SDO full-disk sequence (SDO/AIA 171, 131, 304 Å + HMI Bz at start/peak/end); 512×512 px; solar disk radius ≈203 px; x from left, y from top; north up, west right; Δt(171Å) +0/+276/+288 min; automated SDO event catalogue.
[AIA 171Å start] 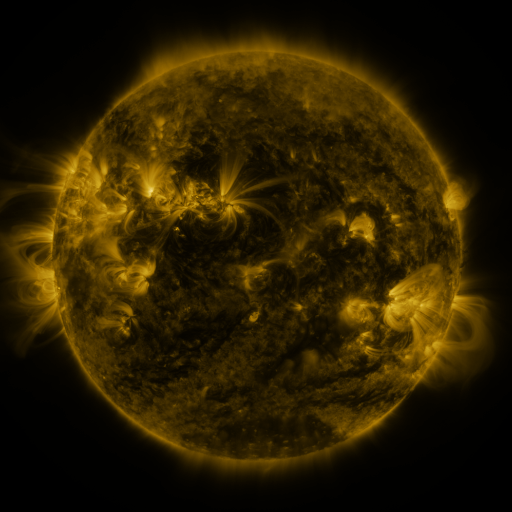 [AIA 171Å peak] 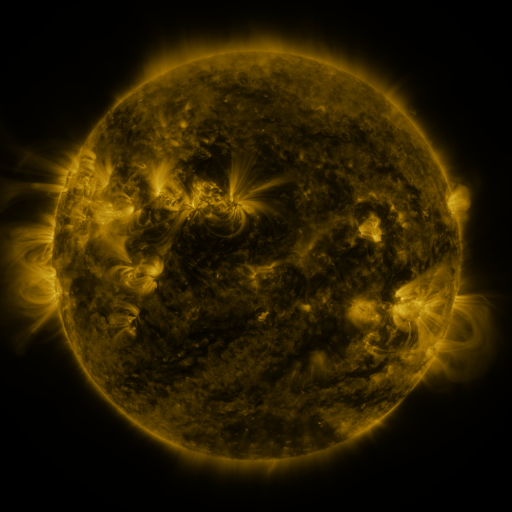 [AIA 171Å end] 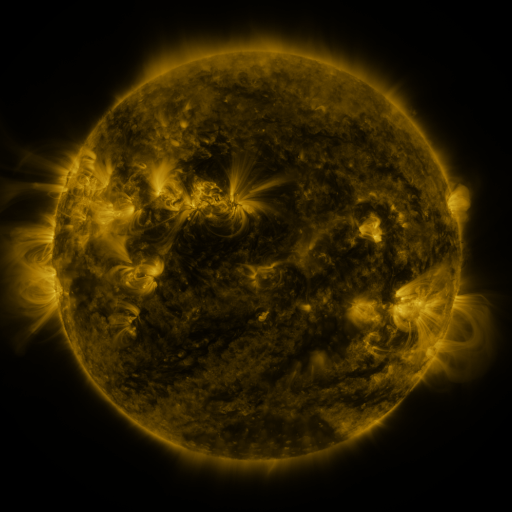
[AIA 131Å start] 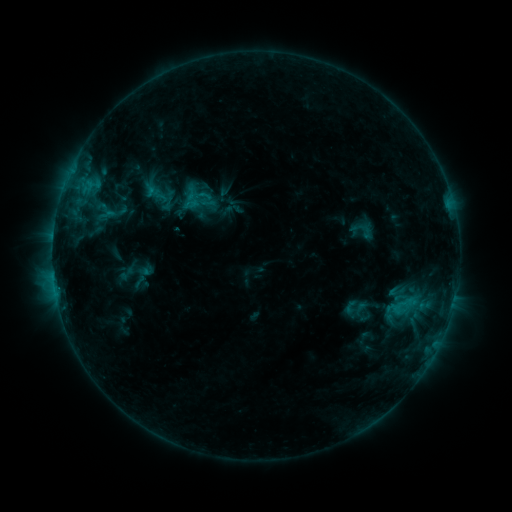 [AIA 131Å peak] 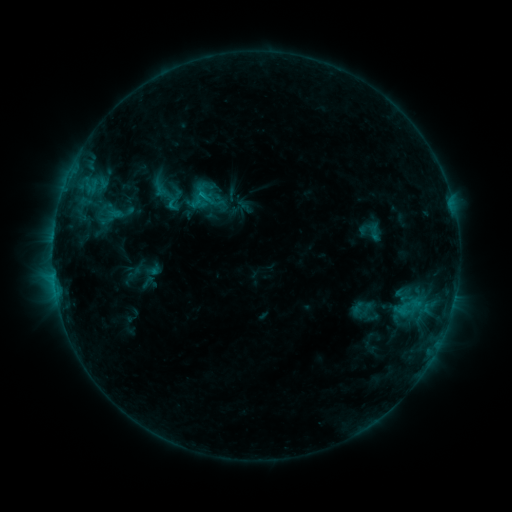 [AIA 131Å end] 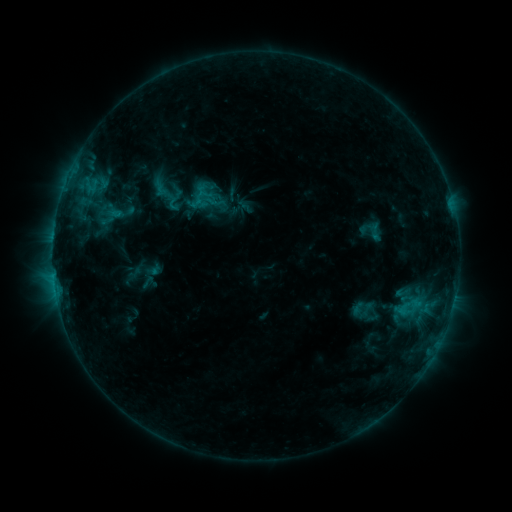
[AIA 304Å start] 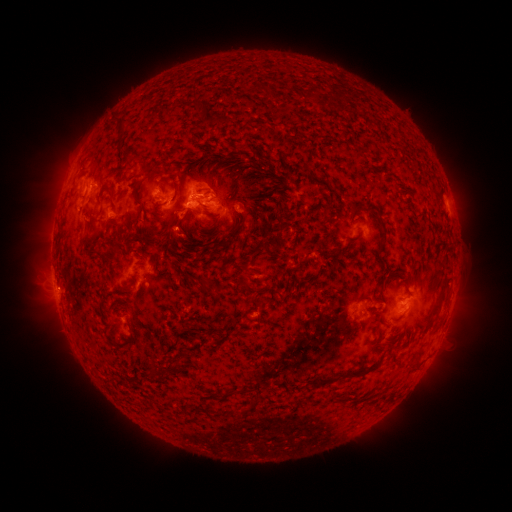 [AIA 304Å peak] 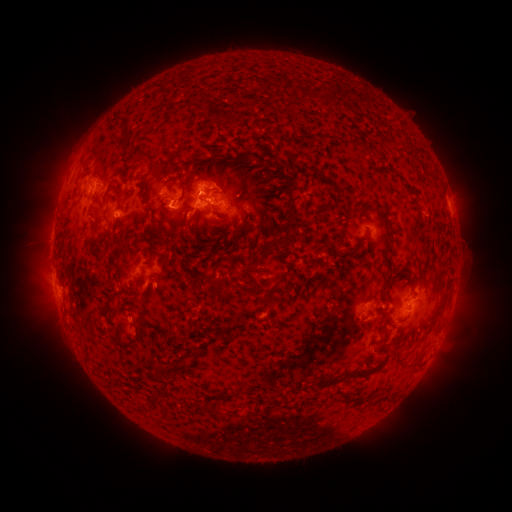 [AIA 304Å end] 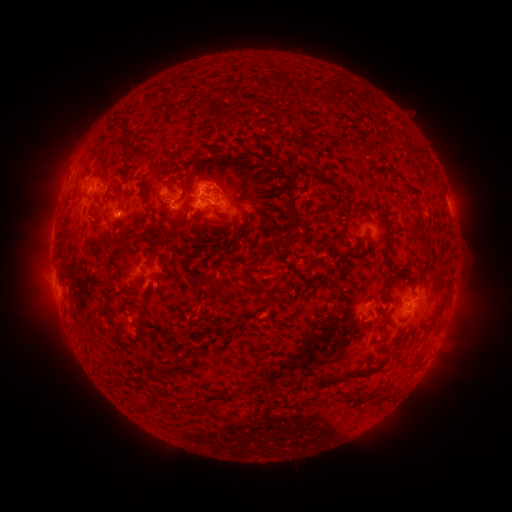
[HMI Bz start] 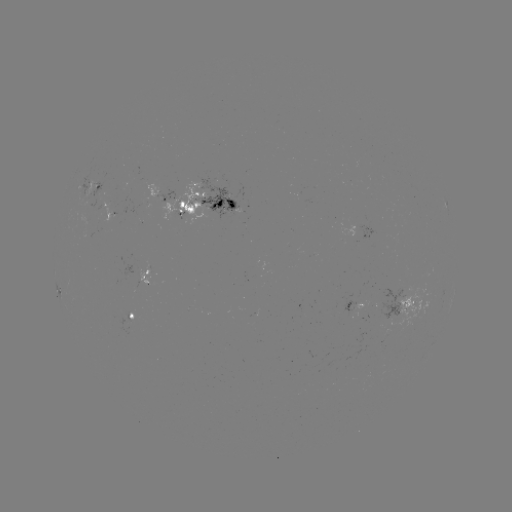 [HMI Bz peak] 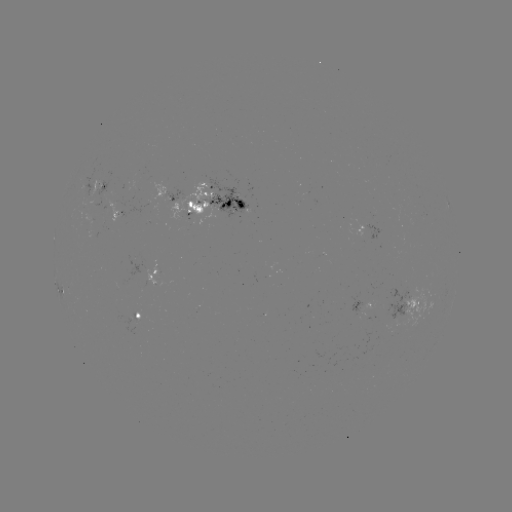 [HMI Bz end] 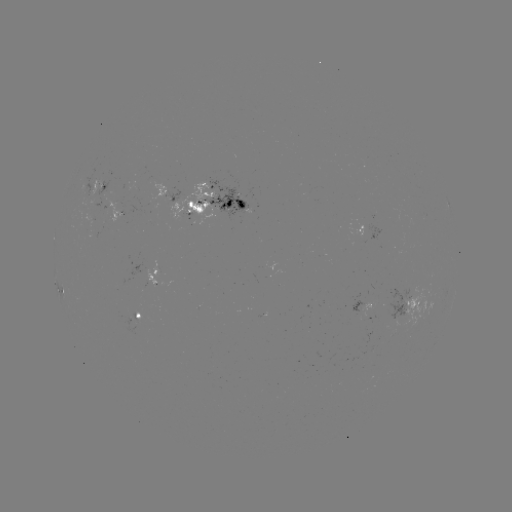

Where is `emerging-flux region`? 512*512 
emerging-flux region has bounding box [169, 183, 215, 226].